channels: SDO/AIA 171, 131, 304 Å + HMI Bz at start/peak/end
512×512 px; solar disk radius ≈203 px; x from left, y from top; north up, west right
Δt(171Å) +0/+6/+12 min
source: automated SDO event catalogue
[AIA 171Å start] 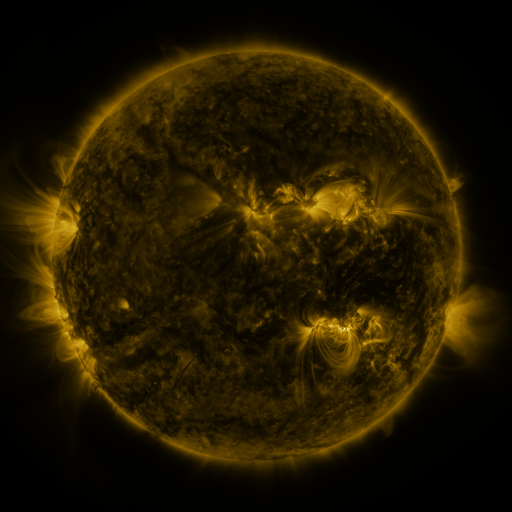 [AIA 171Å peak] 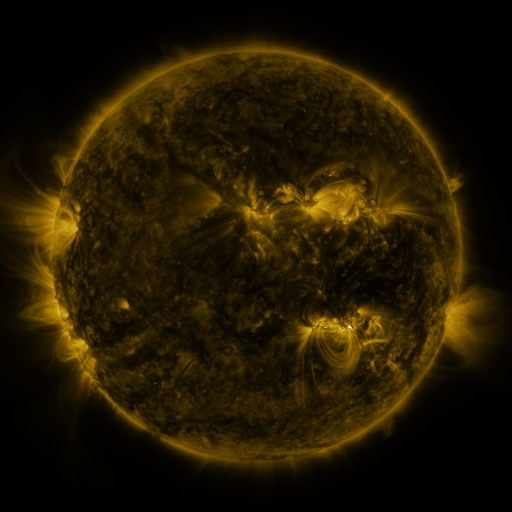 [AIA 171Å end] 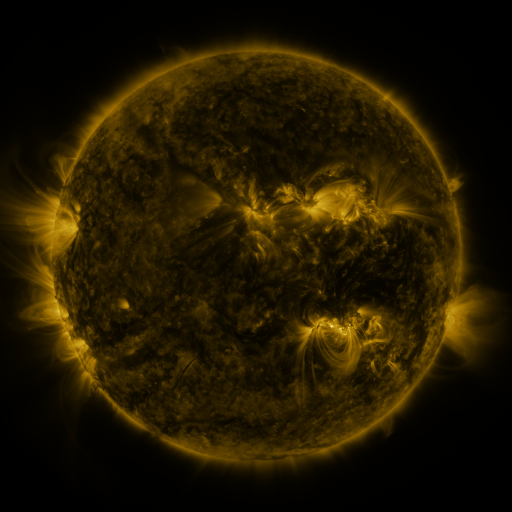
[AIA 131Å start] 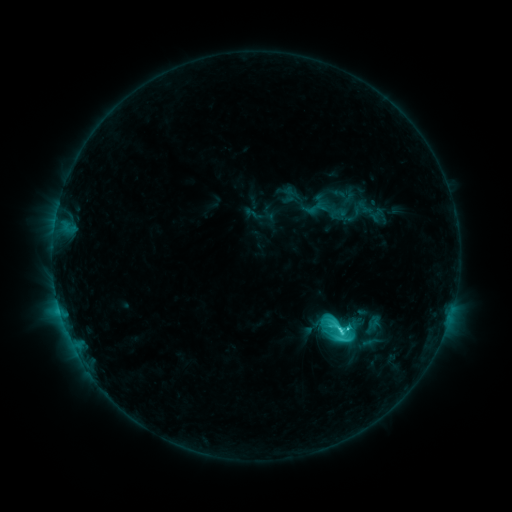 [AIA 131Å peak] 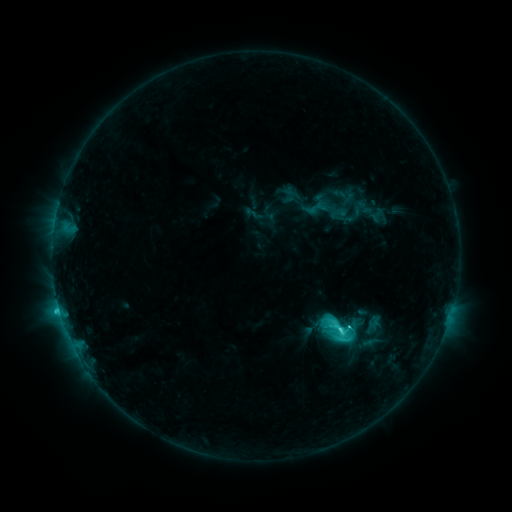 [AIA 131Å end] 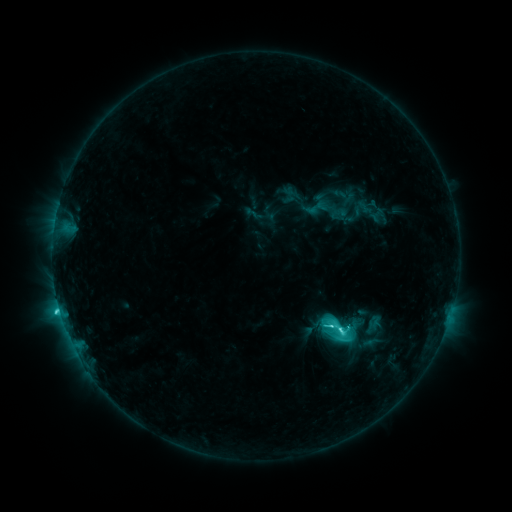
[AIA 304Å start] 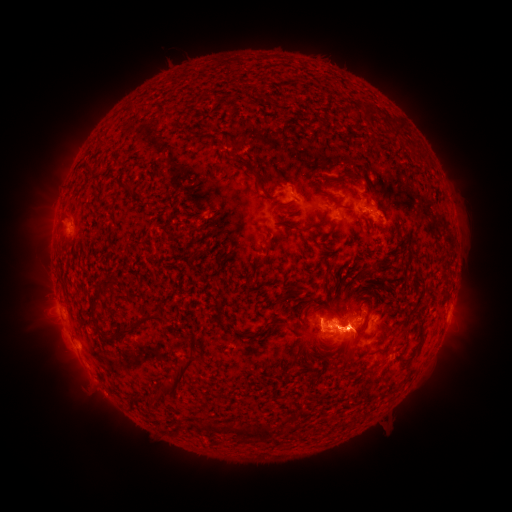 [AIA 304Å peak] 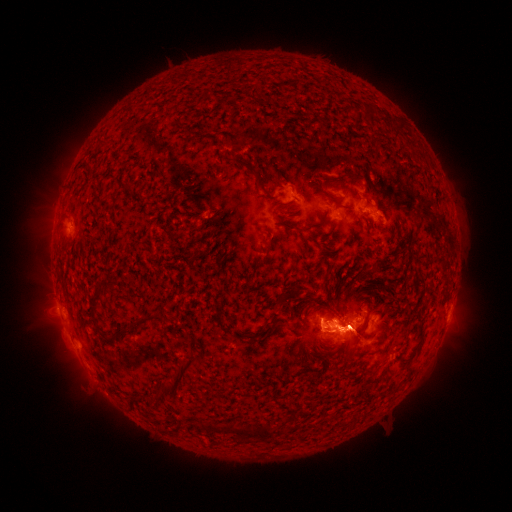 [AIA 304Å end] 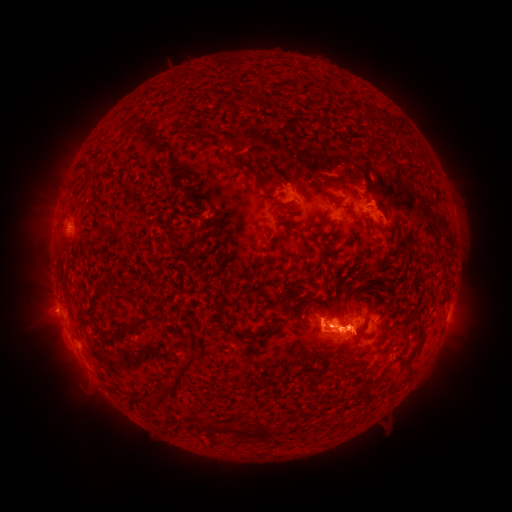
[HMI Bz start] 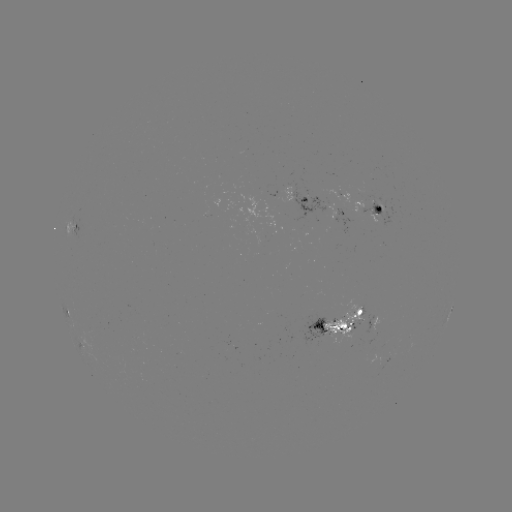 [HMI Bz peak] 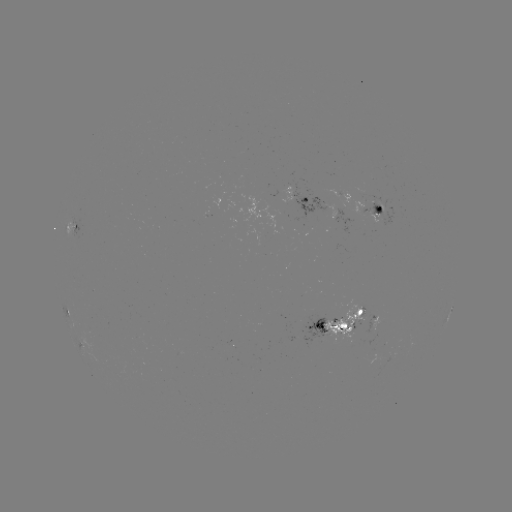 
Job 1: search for eruption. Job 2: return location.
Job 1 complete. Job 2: (345, 351).